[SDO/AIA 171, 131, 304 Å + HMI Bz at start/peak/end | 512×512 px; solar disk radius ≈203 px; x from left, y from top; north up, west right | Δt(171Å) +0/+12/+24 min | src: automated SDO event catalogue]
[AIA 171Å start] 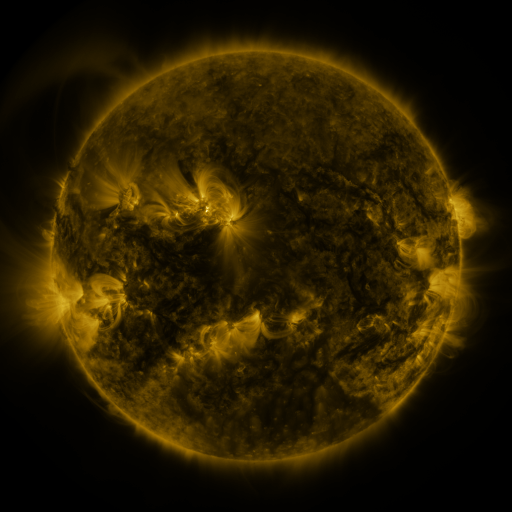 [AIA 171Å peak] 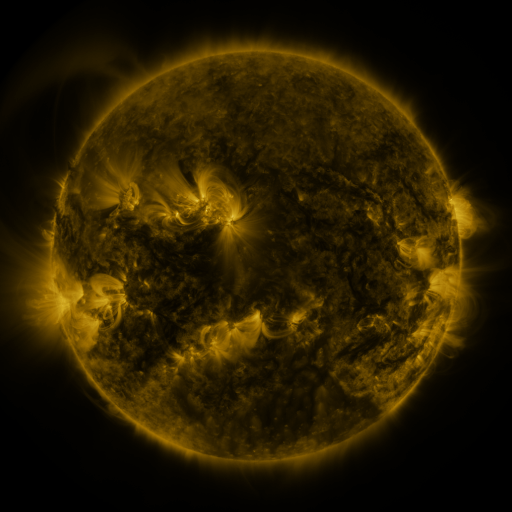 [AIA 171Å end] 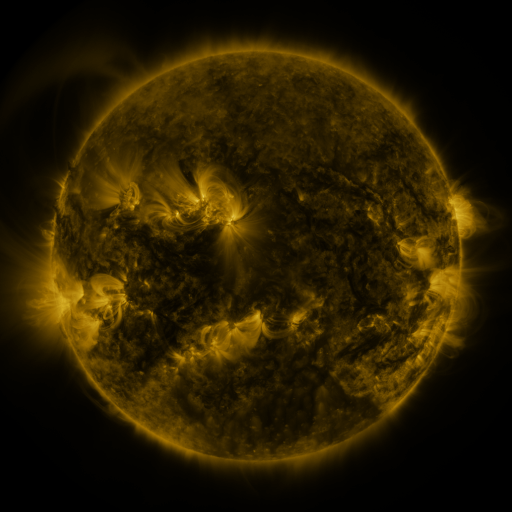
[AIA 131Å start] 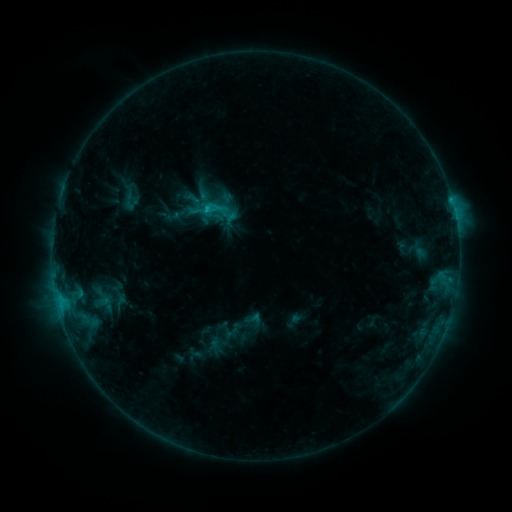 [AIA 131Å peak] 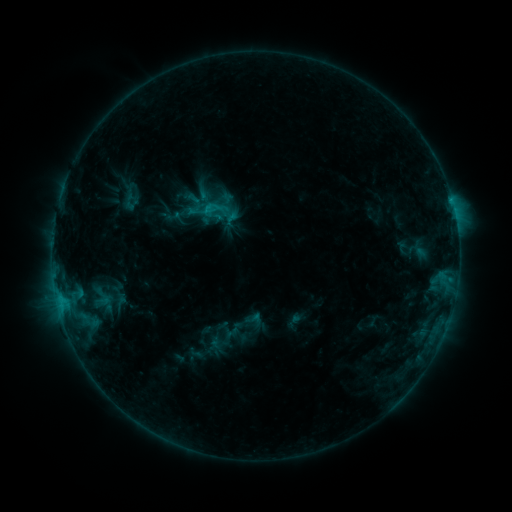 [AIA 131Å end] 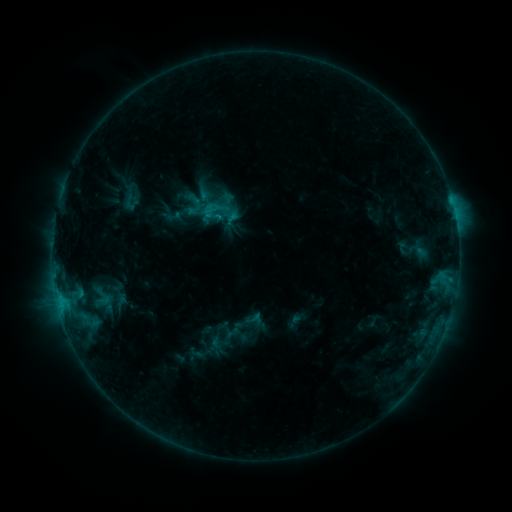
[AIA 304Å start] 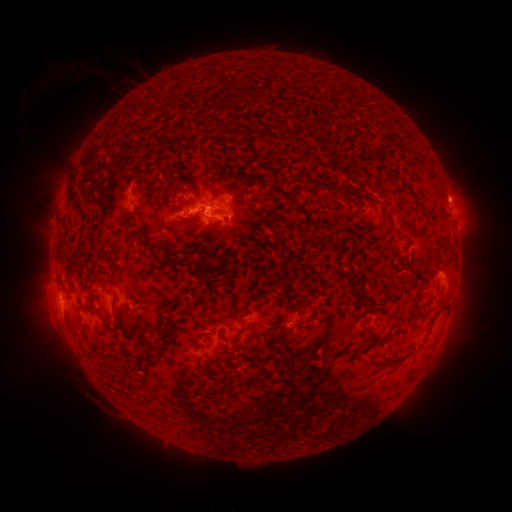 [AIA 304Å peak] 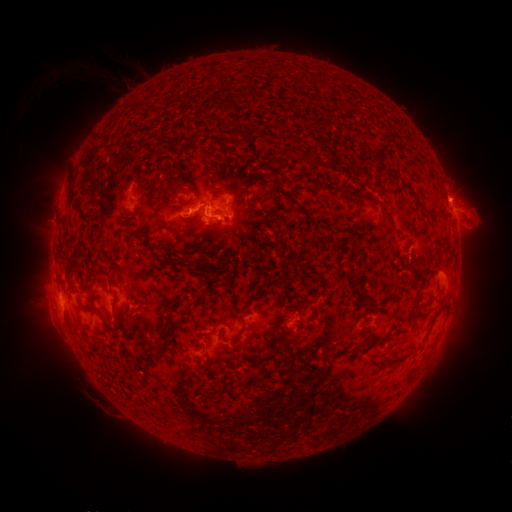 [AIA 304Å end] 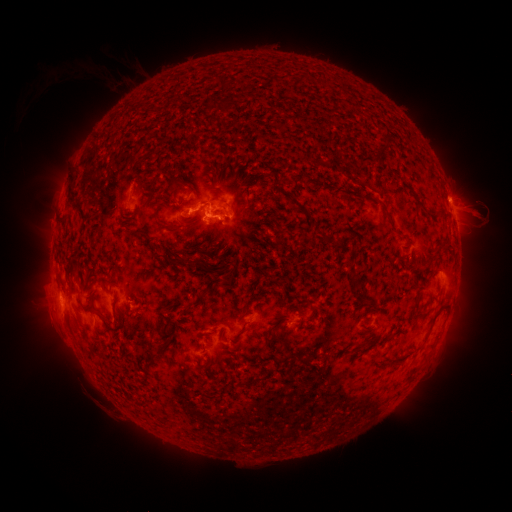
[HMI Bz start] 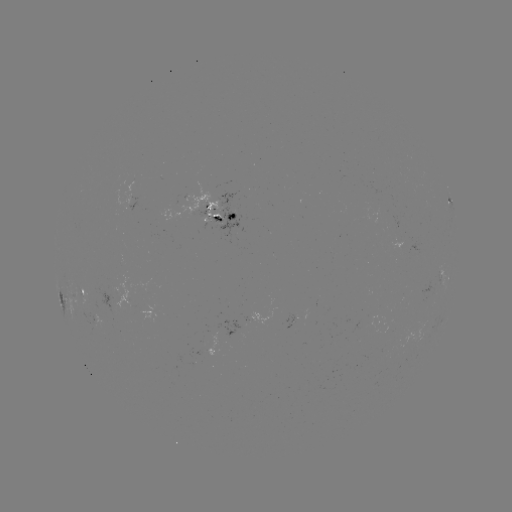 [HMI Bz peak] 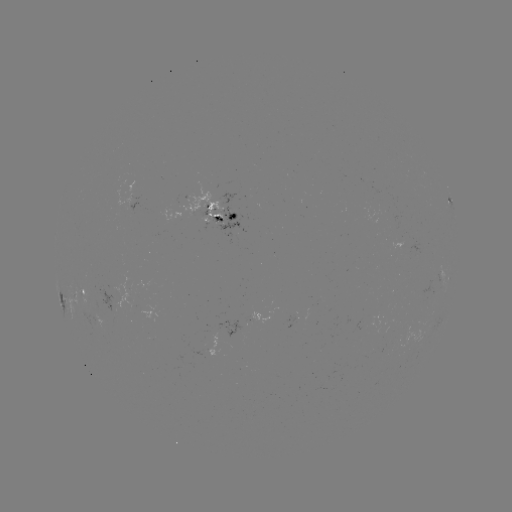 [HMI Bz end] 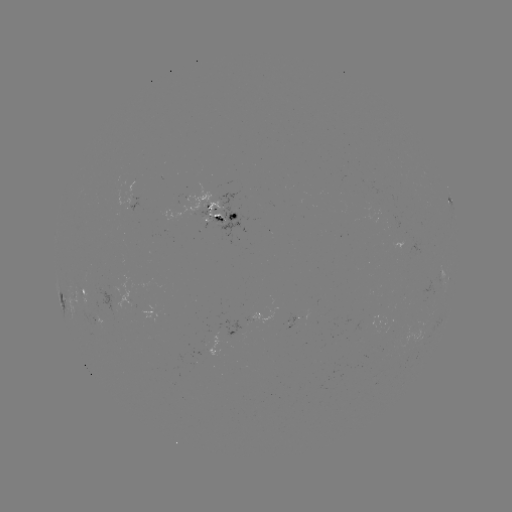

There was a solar eruption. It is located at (480, 217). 